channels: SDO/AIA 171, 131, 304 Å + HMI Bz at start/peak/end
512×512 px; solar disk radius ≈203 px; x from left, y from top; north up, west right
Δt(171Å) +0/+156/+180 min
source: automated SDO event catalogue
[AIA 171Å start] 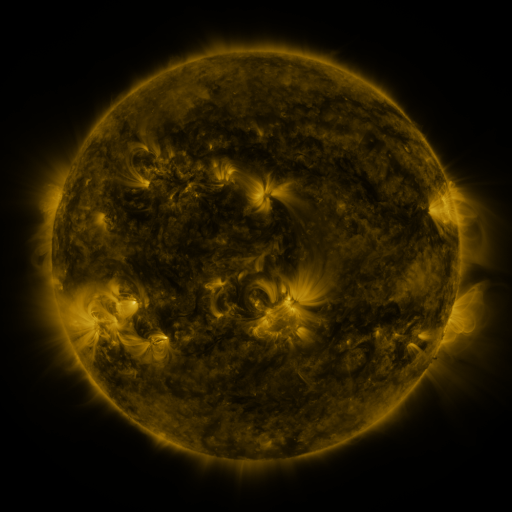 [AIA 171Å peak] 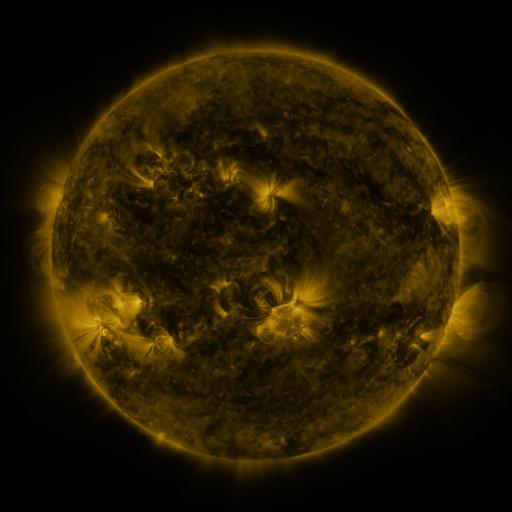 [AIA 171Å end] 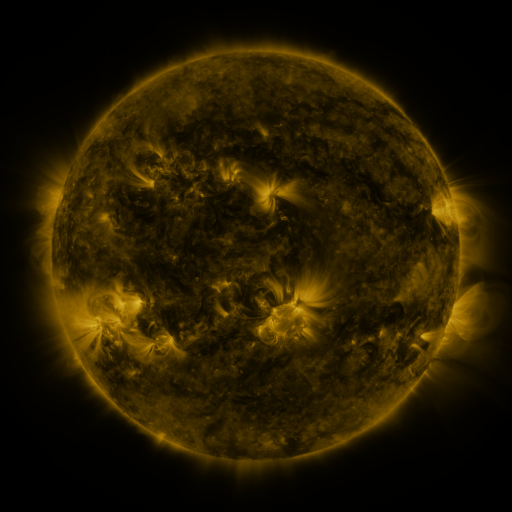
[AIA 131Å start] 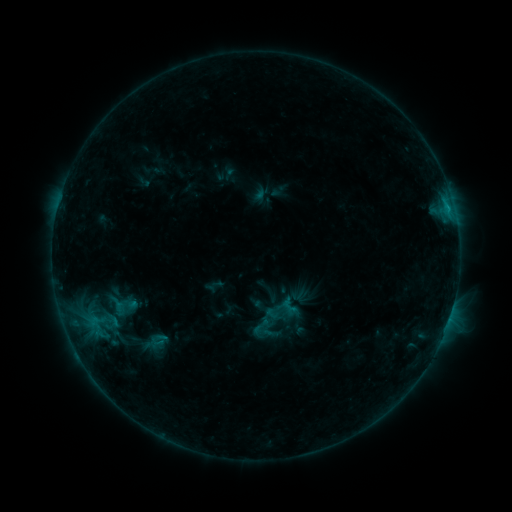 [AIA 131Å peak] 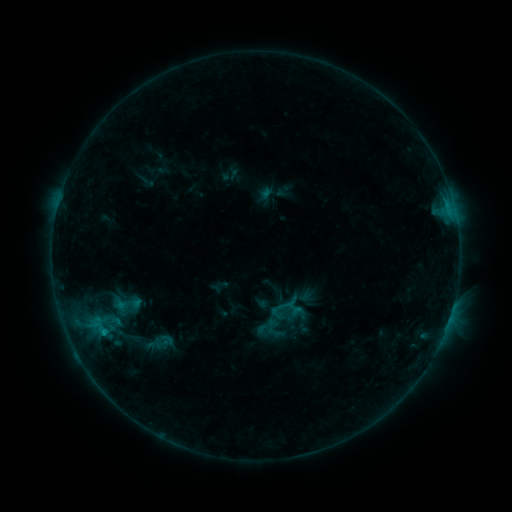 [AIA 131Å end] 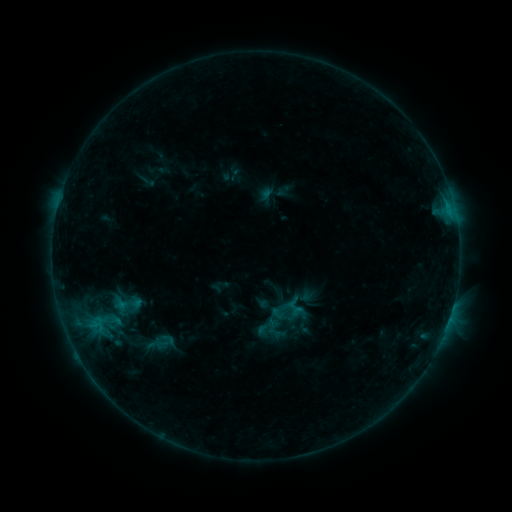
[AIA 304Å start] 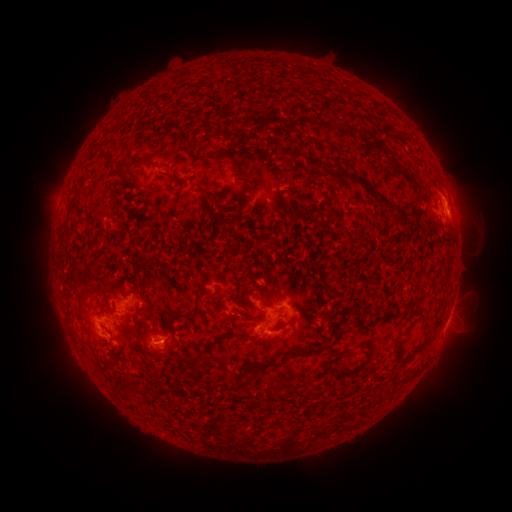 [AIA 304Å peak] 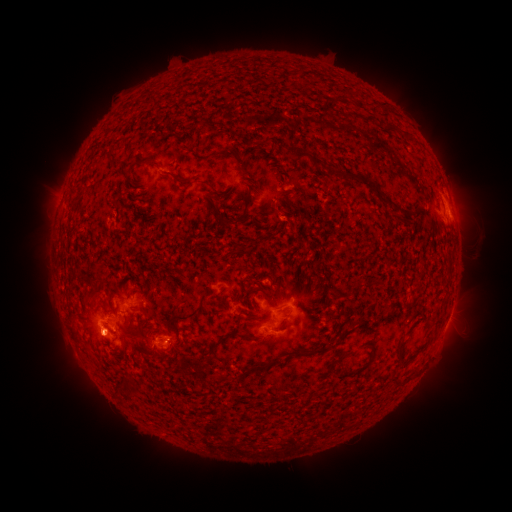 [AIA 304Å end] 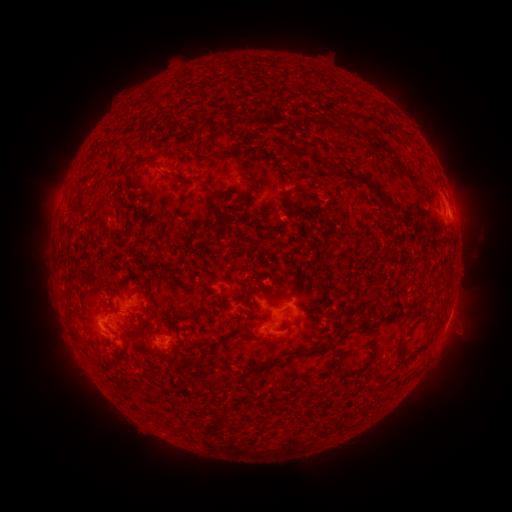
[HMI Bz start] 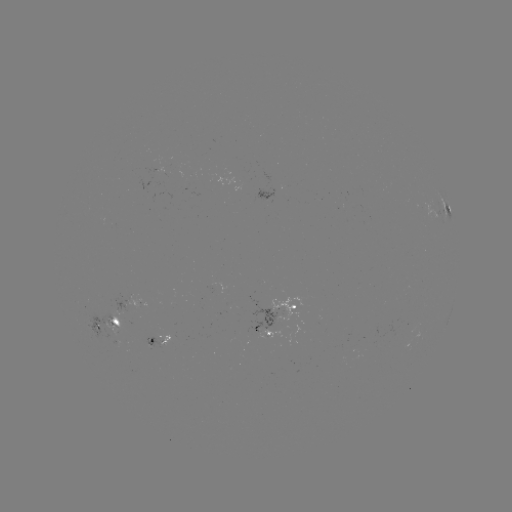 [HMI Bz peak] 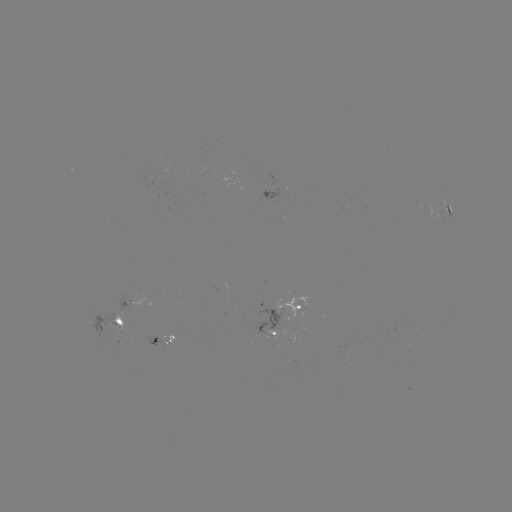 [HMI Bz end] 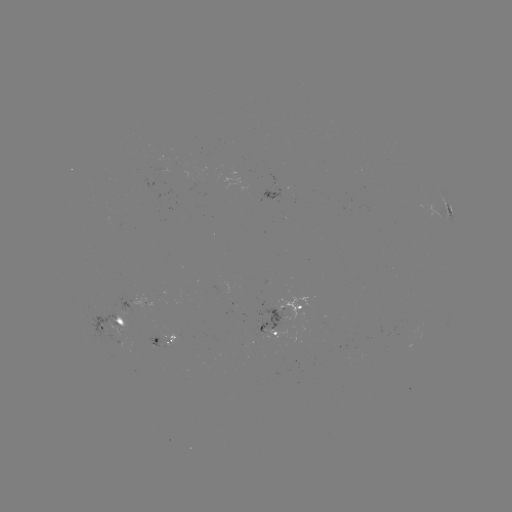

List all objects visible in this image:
emerging-flux region: (116, 326)
